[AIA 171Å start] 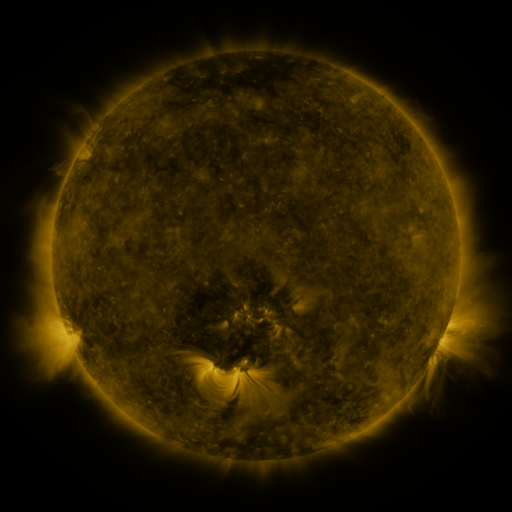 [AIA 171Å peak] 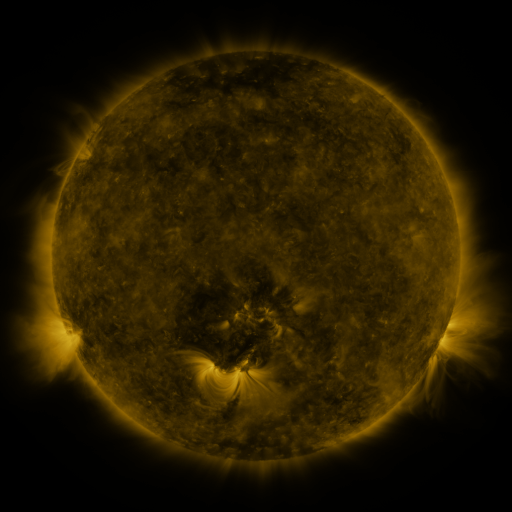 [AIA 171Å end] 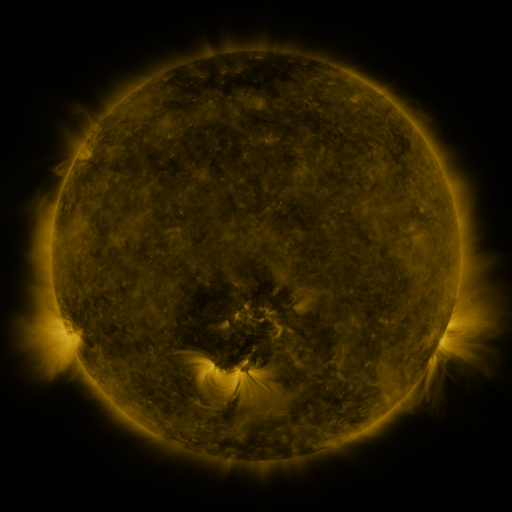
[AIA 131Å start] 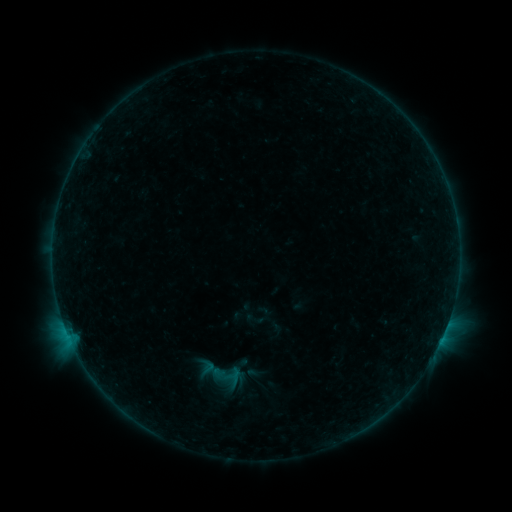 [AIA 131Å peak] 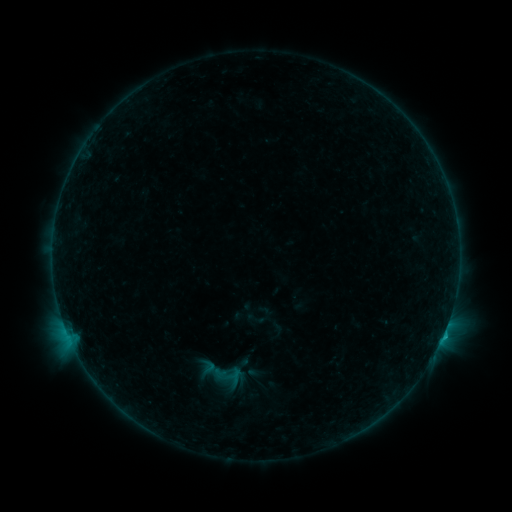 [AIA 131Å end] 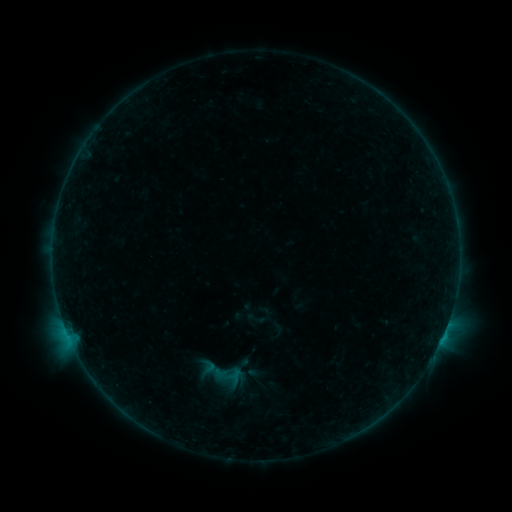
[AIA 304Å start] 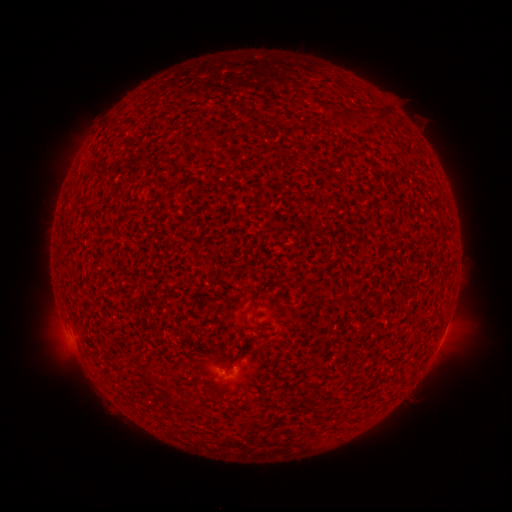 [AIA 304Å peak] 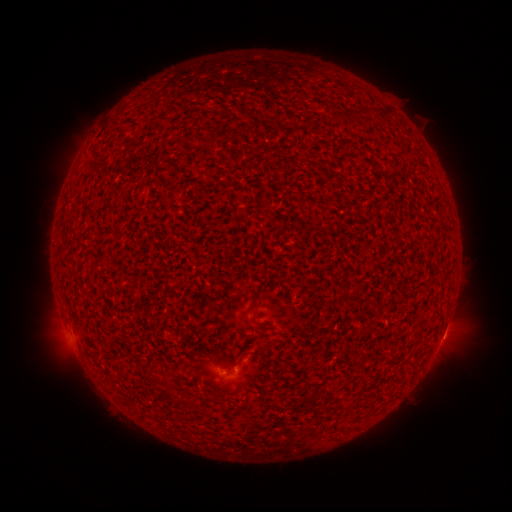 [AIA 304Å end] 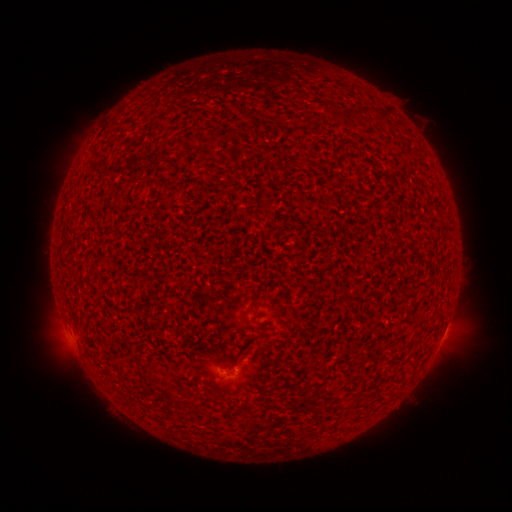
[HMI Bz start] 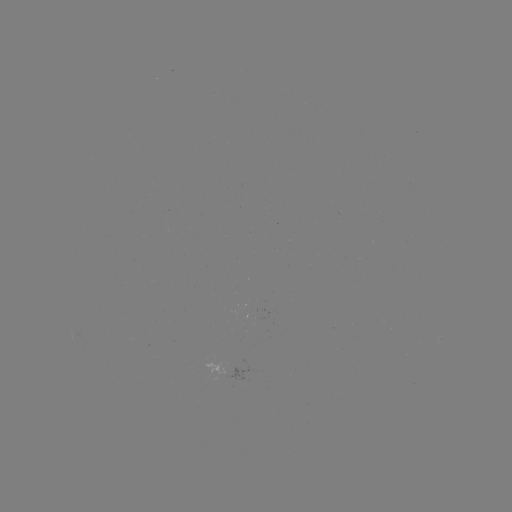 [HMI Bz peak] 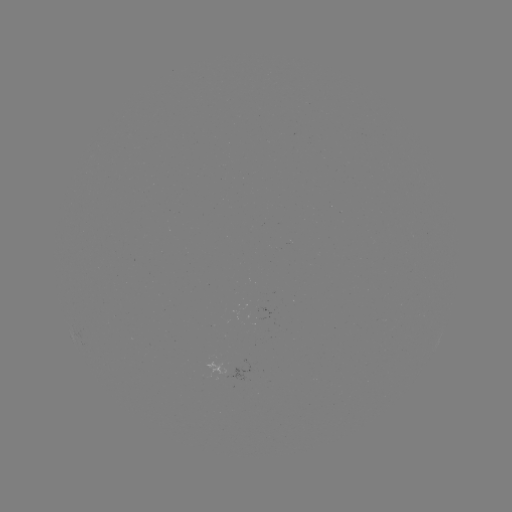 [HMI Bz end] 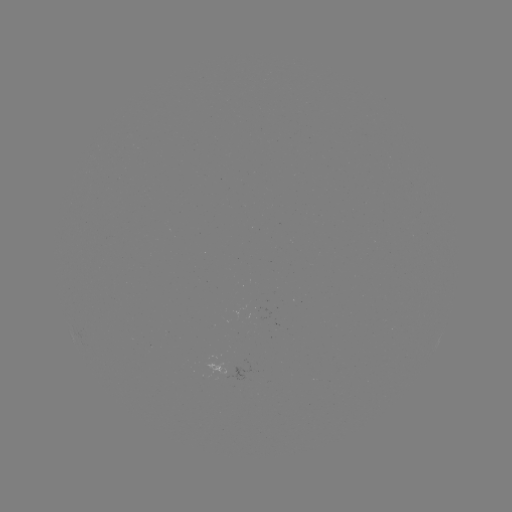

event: flare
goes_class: B4.8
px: (442, 335)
